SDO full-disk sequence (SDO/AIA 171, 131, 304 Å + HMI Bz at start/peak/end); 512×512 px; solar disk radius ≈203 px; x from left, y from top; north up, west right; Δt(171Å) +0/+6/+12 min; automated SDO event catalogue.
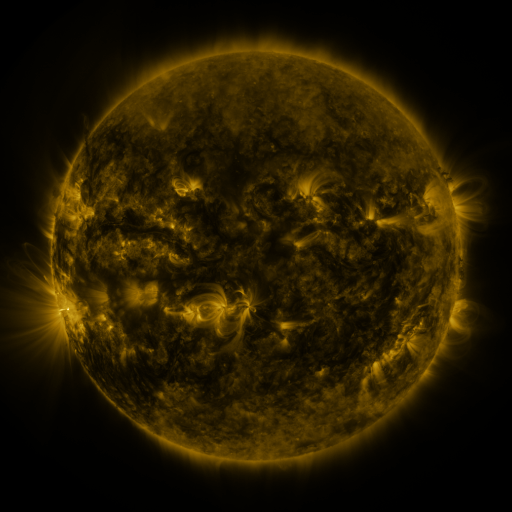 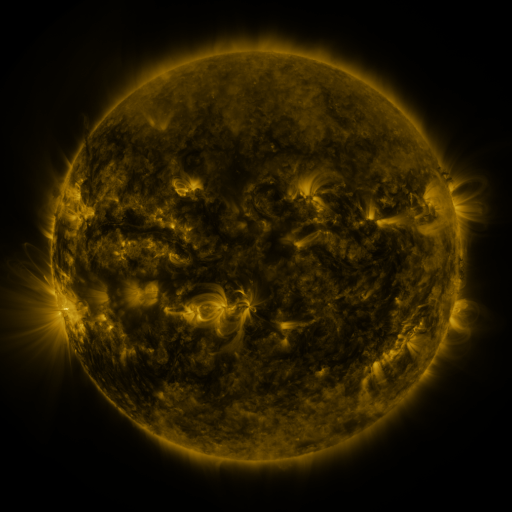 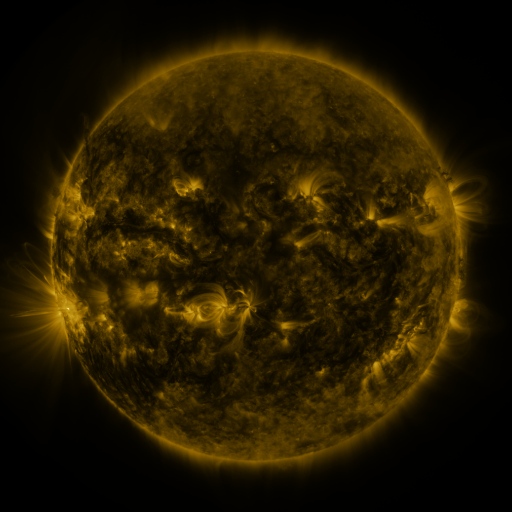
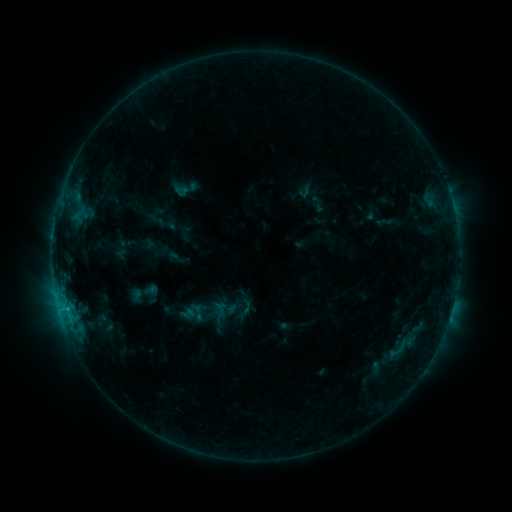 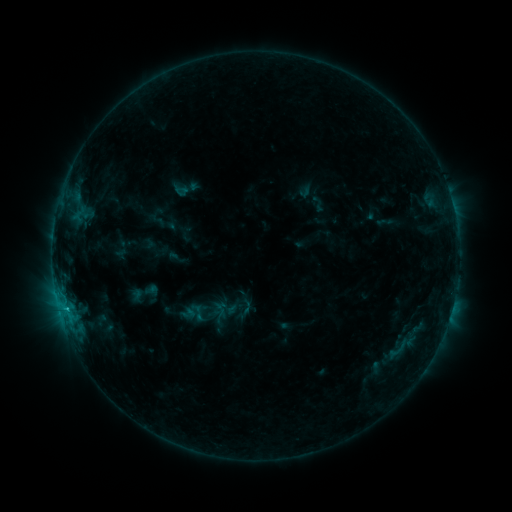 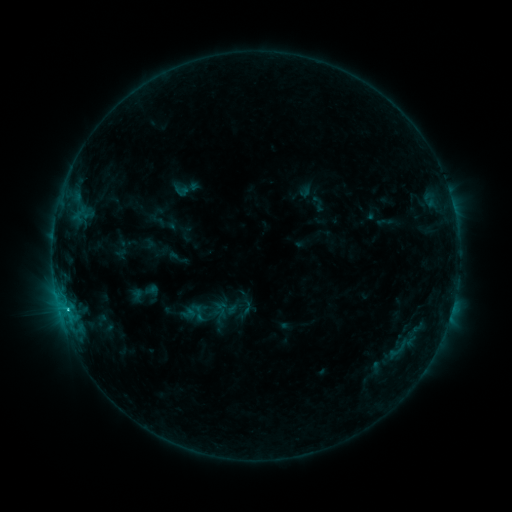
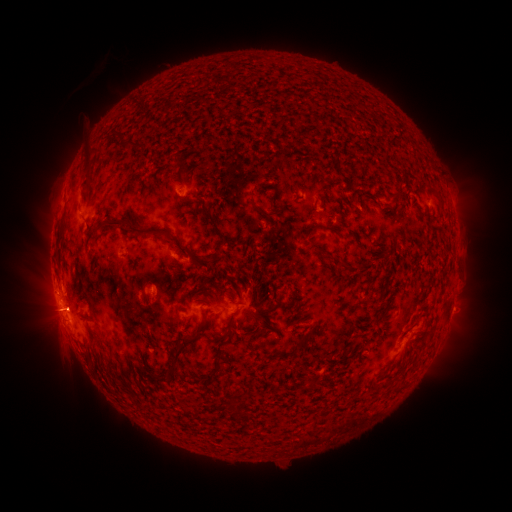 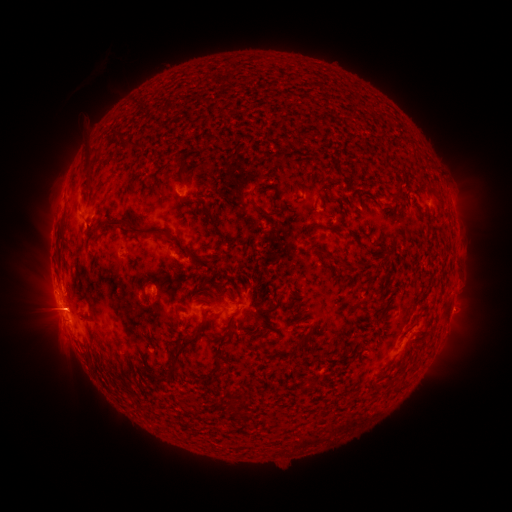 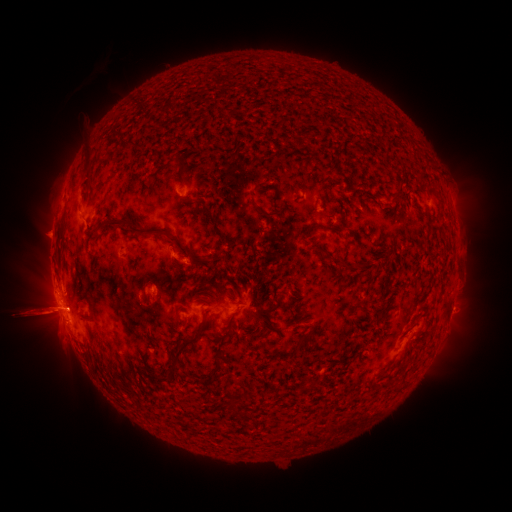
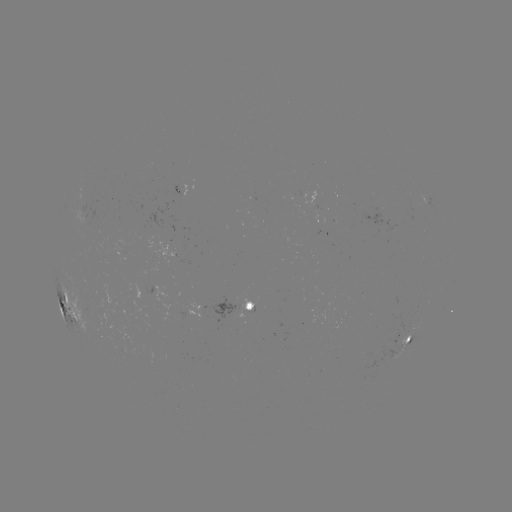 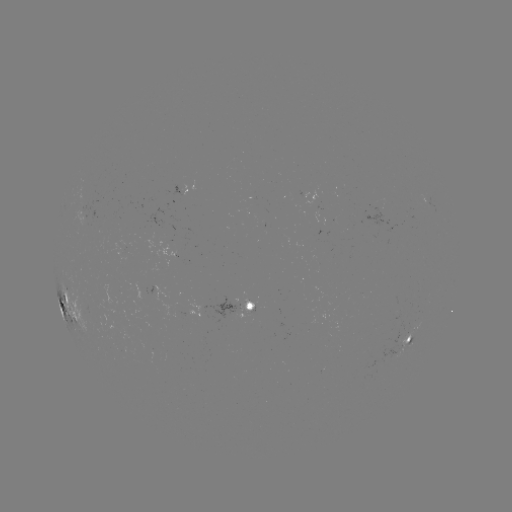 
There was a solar flare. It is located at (67, 307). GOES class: C6.3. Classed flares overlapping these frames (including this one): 1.